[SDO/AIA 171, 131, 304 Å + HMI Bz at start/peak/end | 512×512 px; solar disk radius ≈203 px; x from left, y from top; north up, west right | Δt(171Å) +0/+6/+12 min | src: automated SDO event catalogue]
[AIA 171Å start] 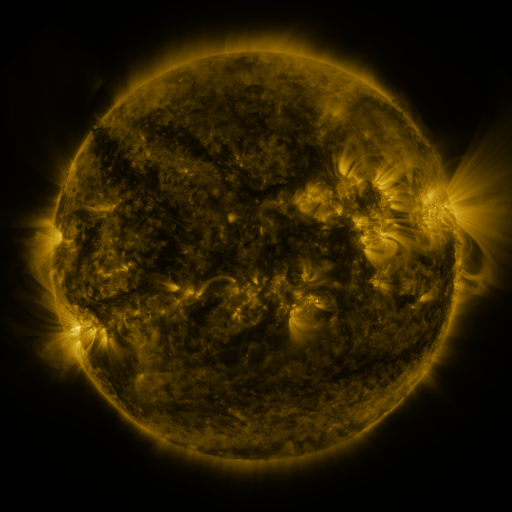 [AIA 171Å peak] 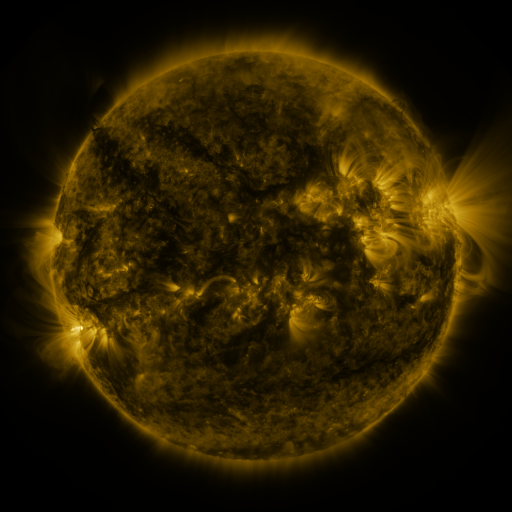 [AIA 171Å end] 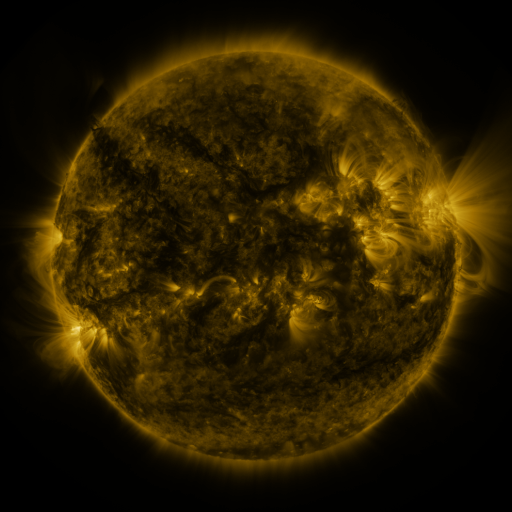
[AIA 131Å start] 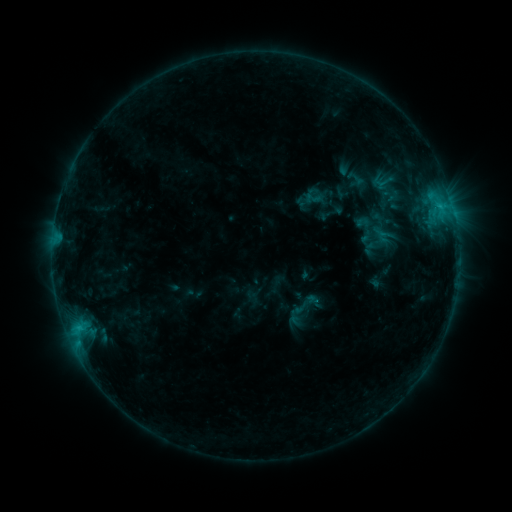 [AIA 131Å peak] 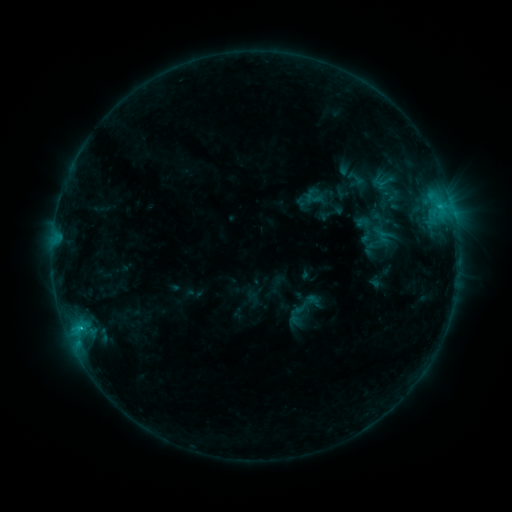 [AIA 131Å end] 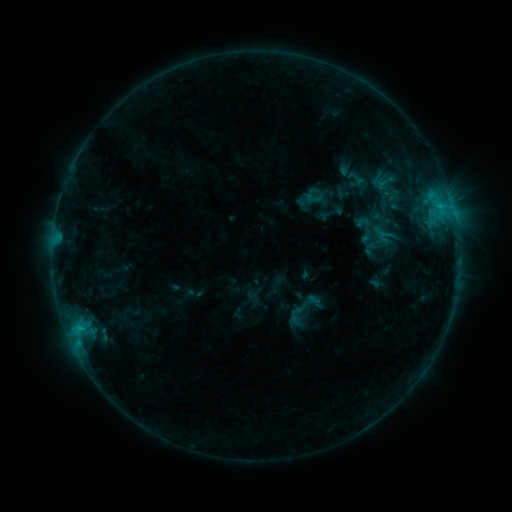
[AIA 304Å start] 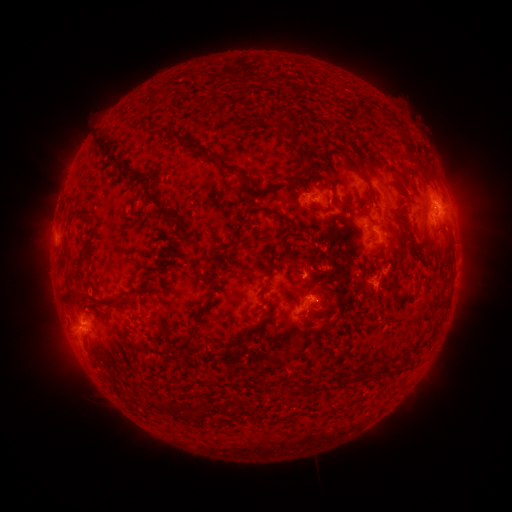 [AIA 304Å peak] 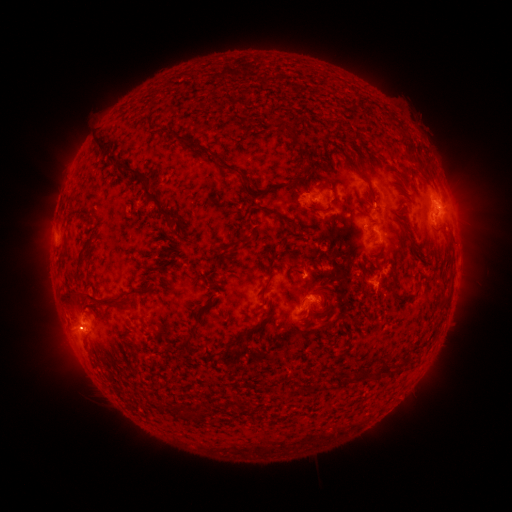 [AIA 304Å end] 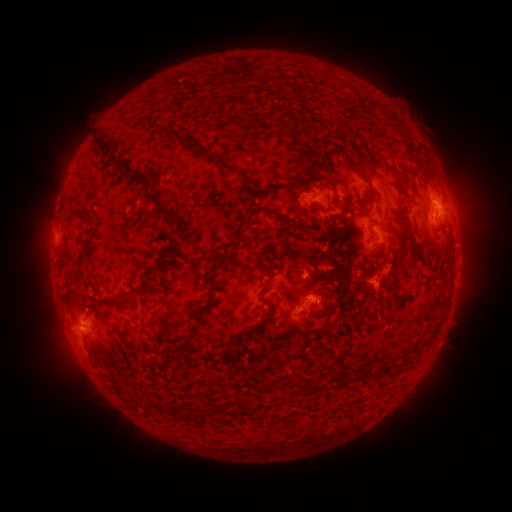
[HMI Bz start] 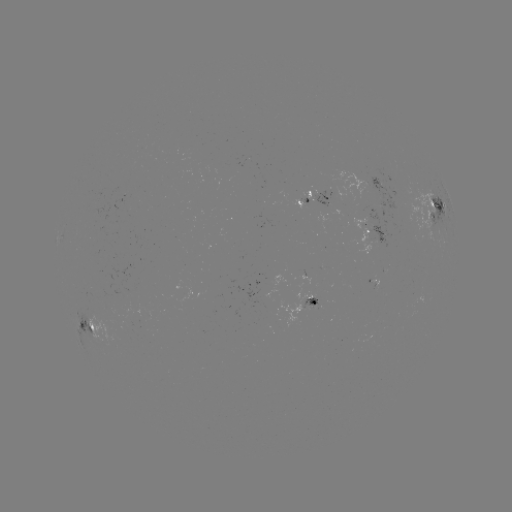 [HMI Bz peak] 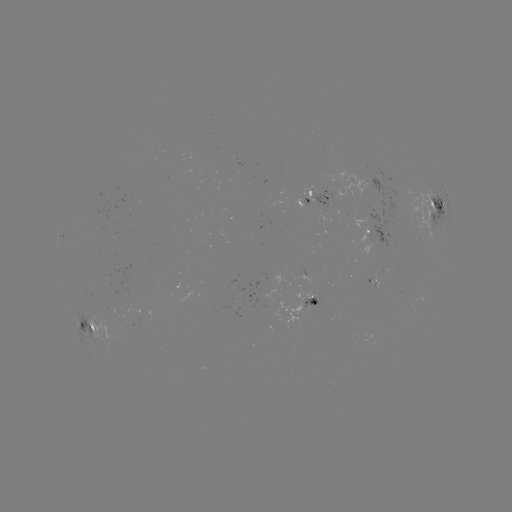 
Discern C1.1 flare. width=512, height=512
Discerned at [437, 211].